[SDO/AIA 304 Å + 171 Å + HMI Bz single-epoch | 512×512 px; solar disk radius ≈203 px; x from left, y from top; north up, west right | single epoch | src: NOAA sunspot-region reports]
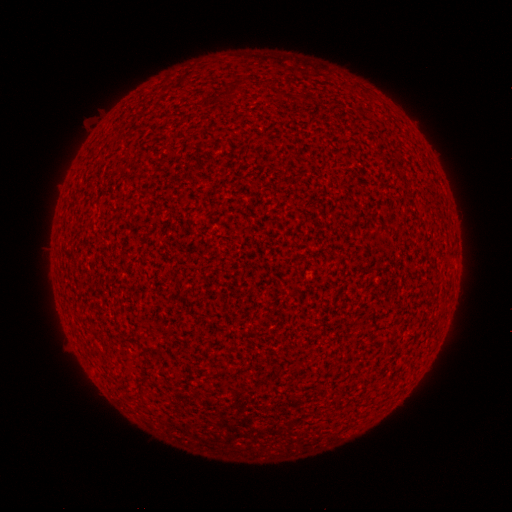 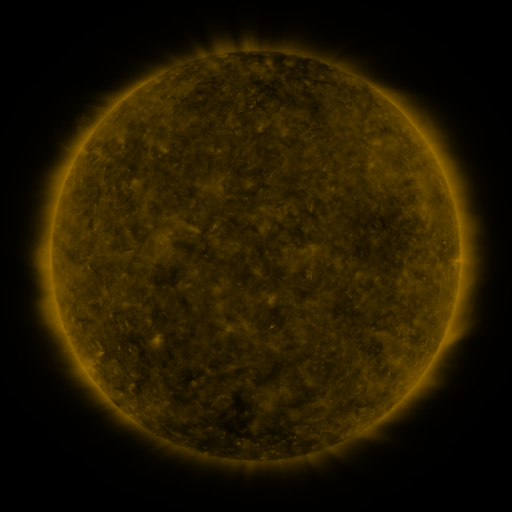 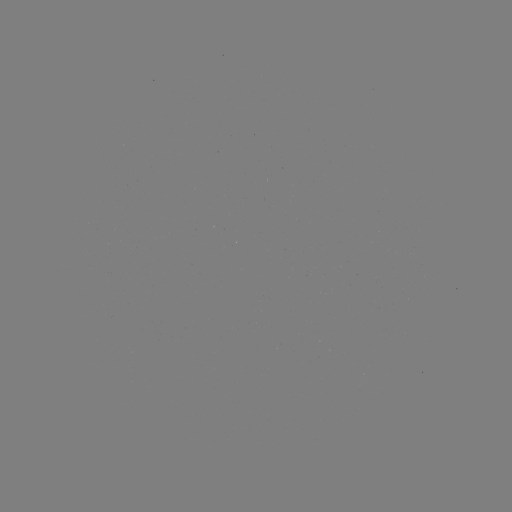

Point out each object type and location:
(none)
